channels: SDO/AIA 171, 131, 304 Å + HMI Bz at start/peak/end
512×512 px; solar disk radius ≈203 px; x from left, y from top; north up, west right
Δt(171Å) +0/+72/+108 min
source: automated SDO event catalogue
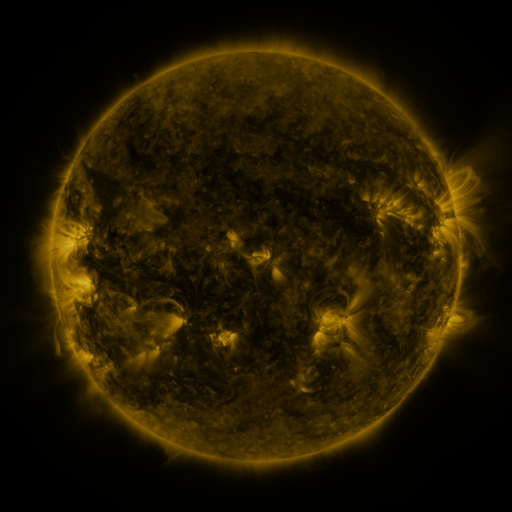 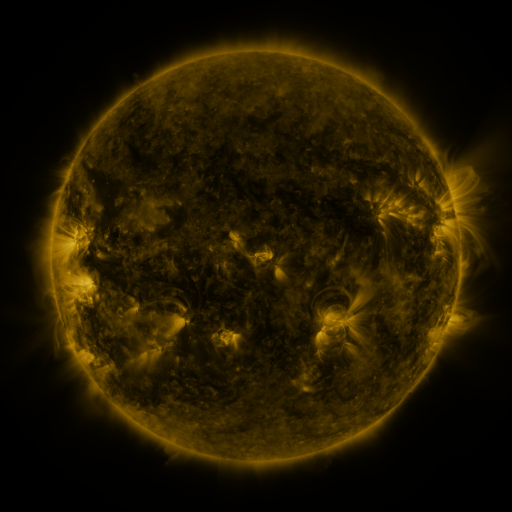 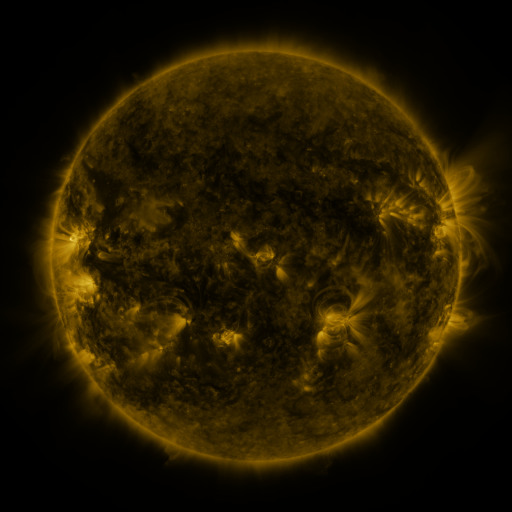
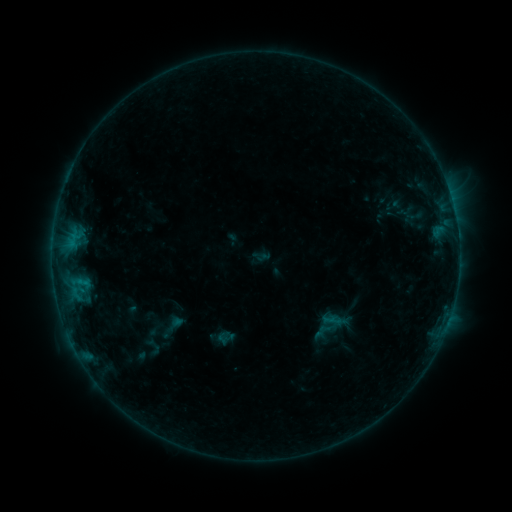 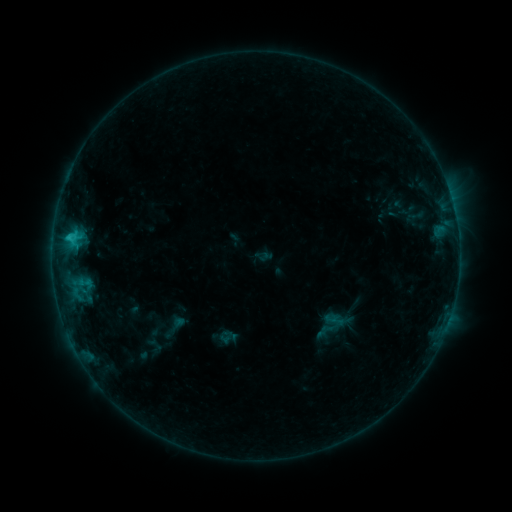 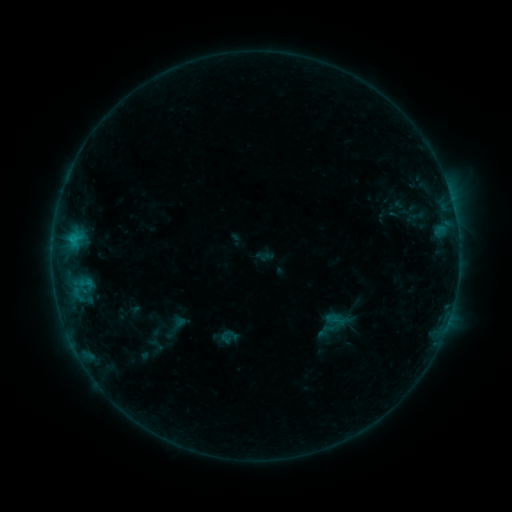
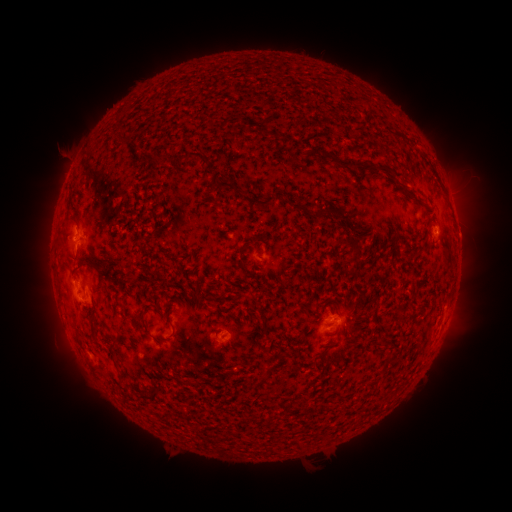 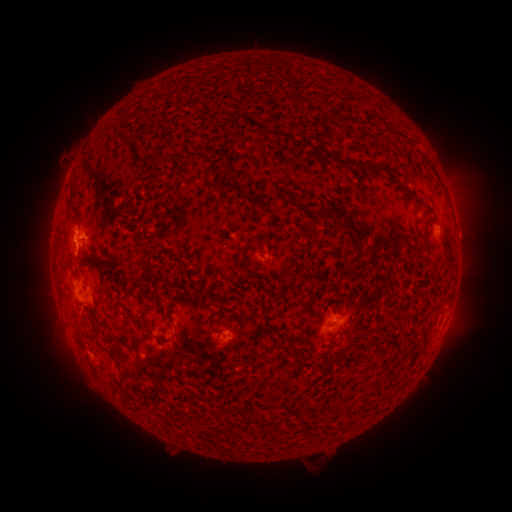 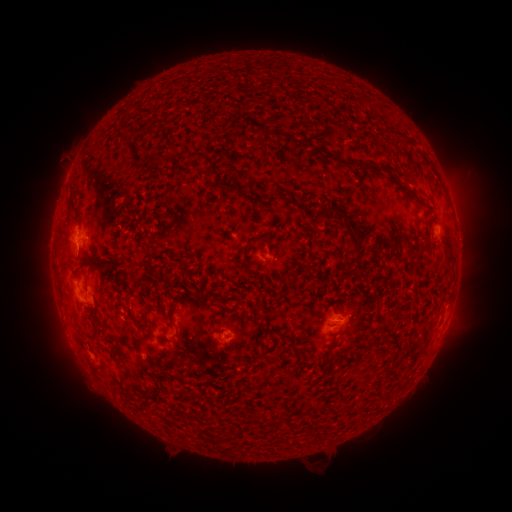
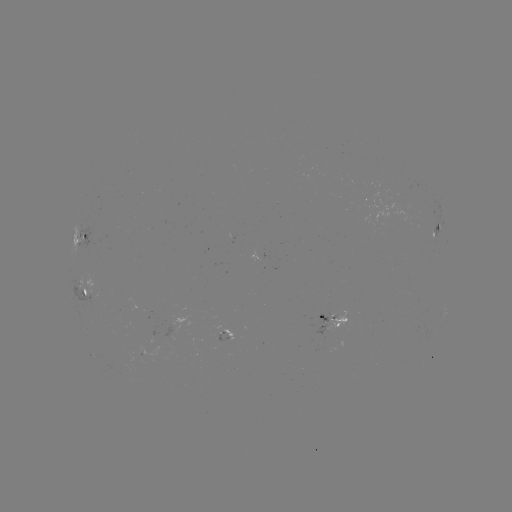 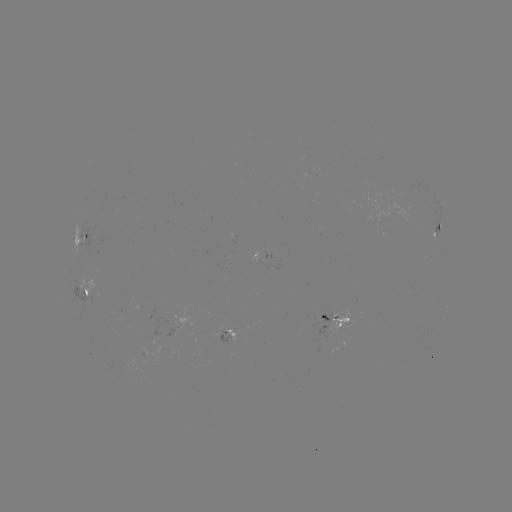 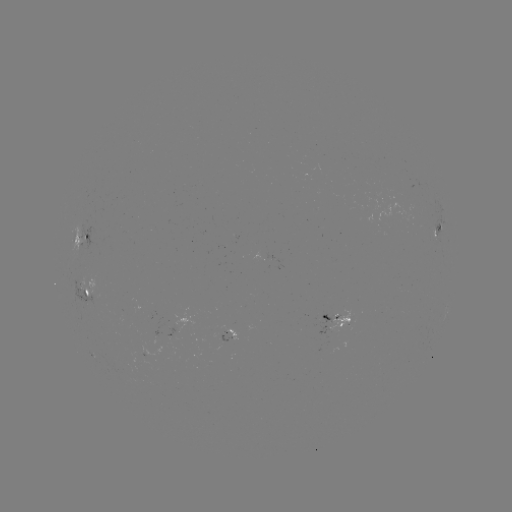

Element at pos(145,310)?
emerging-flux region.